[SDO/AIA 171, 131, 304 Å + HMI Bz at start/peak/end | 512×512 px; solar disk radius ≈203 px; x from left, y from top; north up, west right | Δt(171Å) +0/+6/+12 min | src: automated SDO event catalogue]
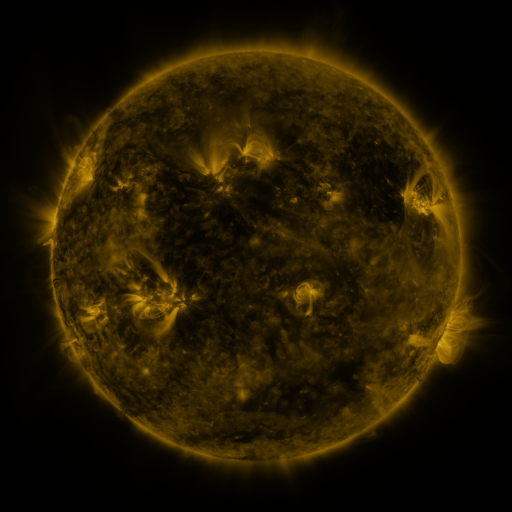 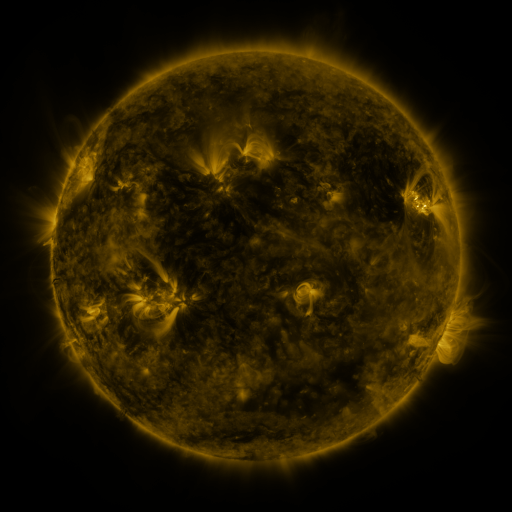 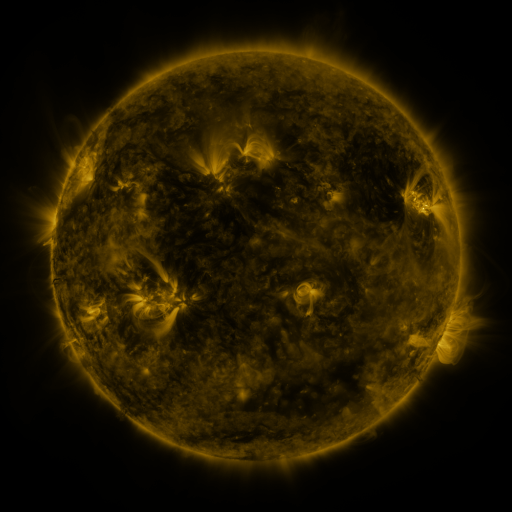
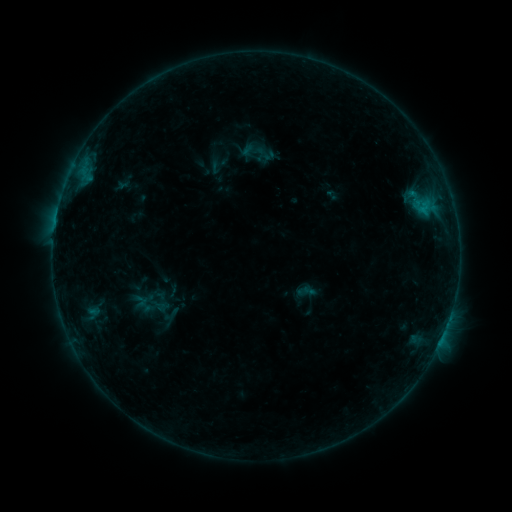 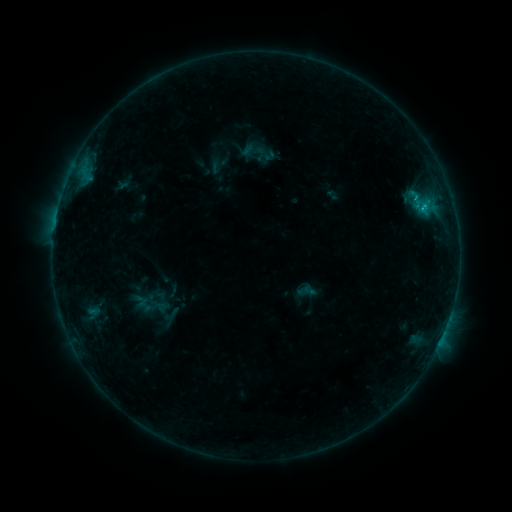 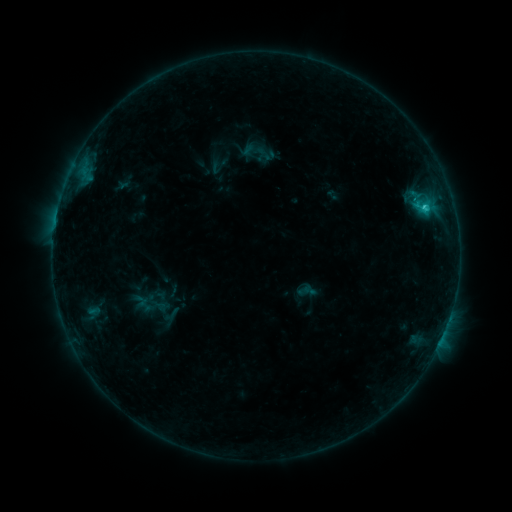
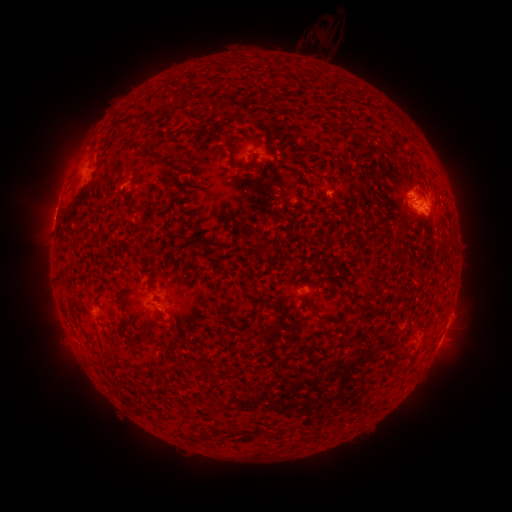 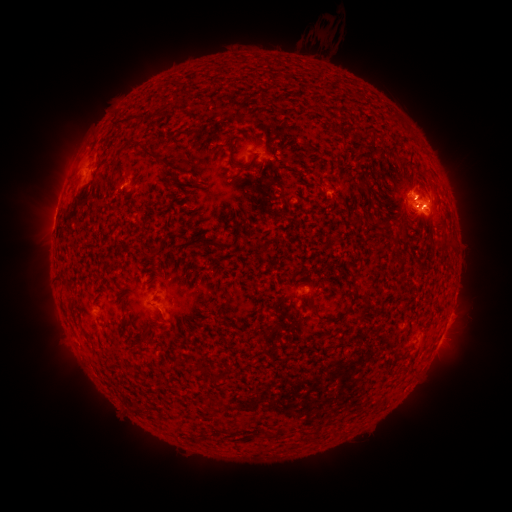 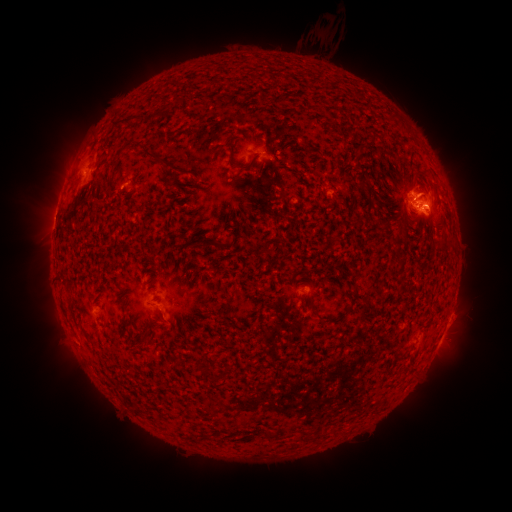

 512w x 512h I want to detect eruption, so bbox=[418, 187, 462, 237].